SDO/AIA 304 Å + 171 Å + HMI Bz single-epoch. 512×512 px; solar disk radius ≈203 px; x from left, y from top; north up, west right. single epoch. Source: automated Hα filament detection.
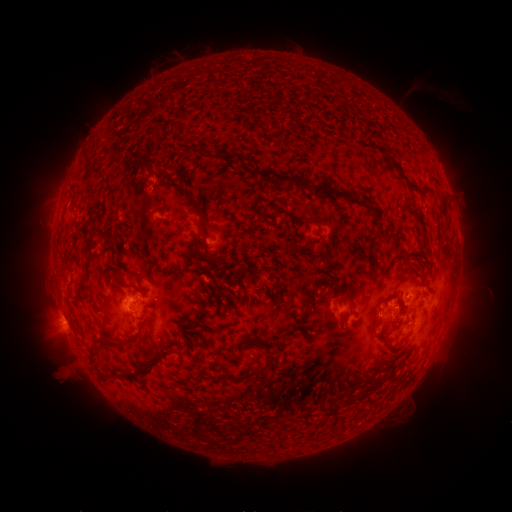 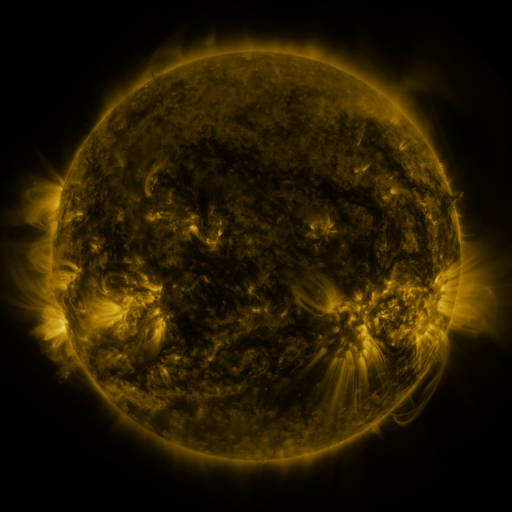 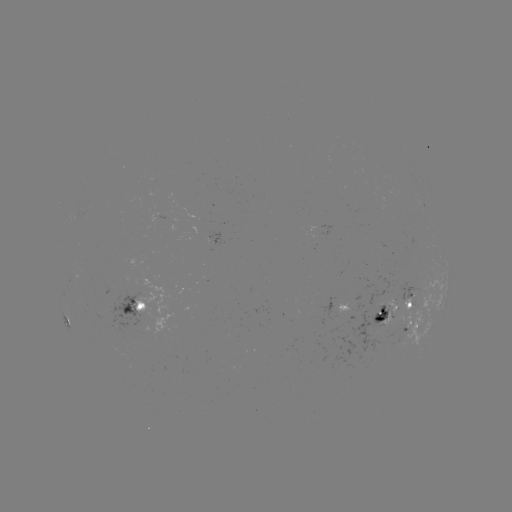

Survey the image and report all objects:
filament: [84, 152, 96, 165]
filament: [235, 154, 248, 161]
filament: [392, 164, 432, 197]
filament: [260, 167, 345, 200]
filament: [87, 179, 97, 198]
filament: [184, 190, 205, 224]
filament: [350, 198, 360, 206]
filament: [253, 206, 263, 217]
filament: [410, 212, 423, 227]
filament: [305, 217, 322, 232]
filament: [376, 228, 387, 239]
filament: [371, 241, 382, 252]
filament: [205, 255, 216, 264]
filament: [412, 267, 421, 276]
filament: [301, 278, 331, 315]
filament: [289, 285, 300, 294]
filament: [340, 297, 355, 310]
filament: [404, 303, 413, 311]
filament: [376, 308, 385, 318]
filament: [394, 310, 401, 319]
filament: [338, 317, 344, 327]
filament: [111, 330, 147, 345]
filament: [397, 335, 409, 346]
filament: [250, 339, 269, 351]
filament: [136, 345, 173, 376]
filament: [232, 359, 272, 382]
